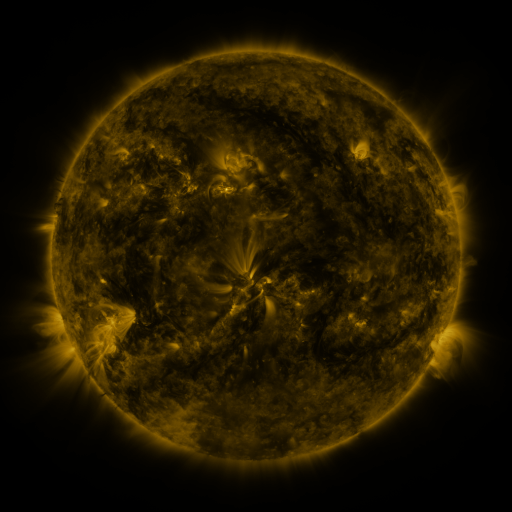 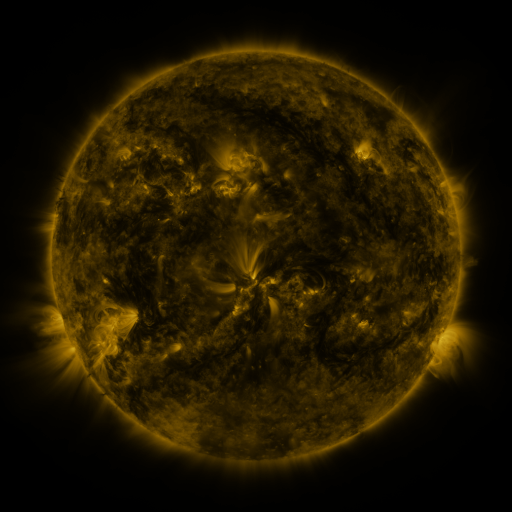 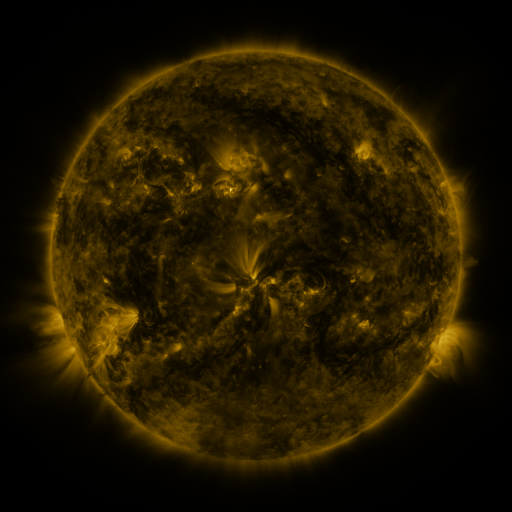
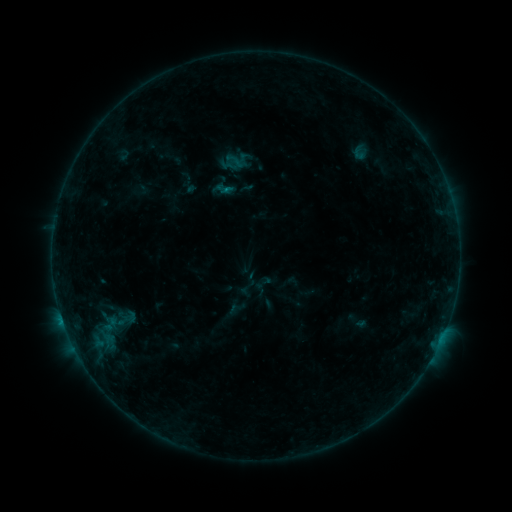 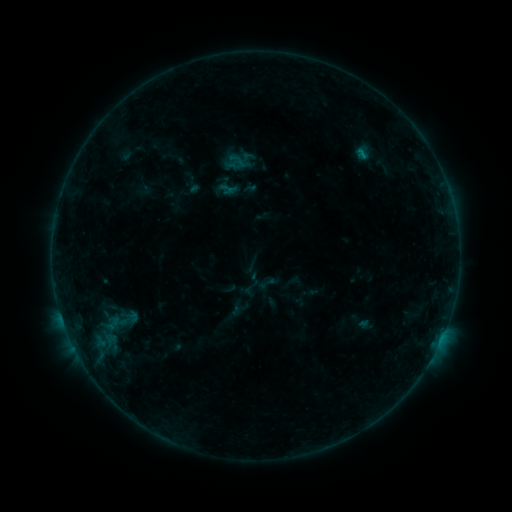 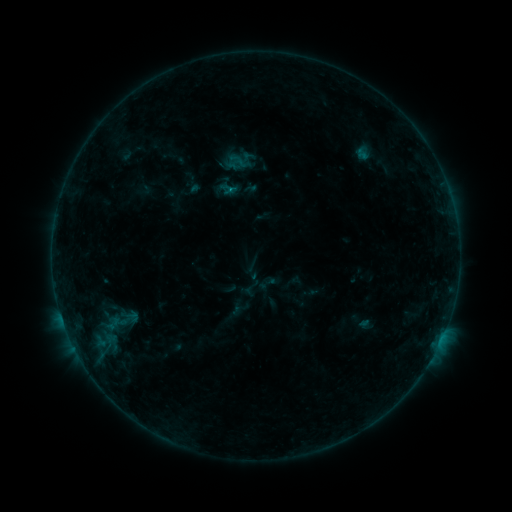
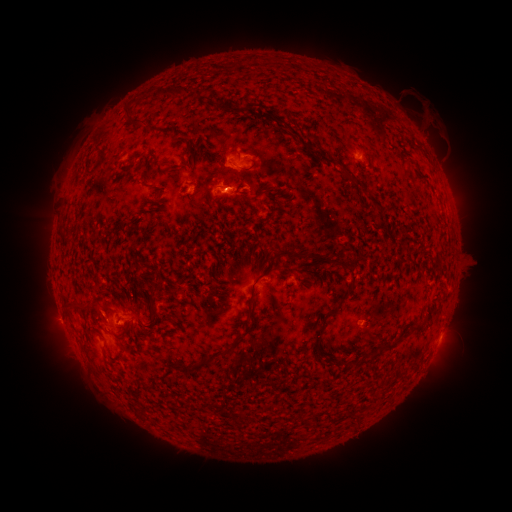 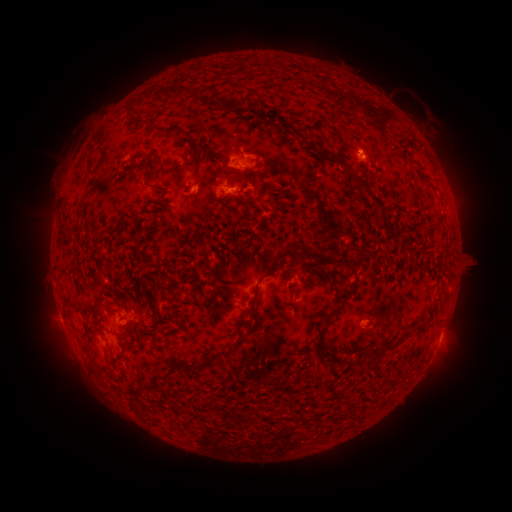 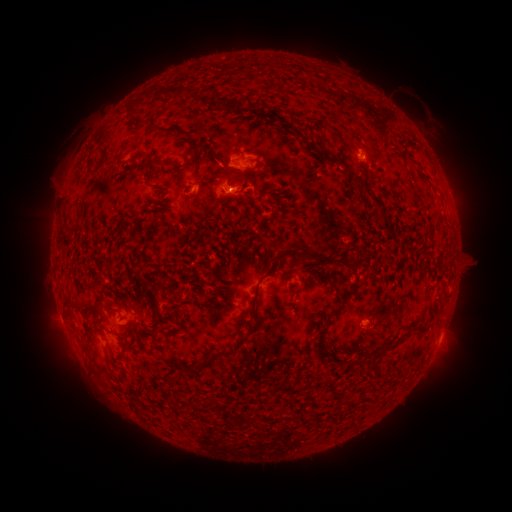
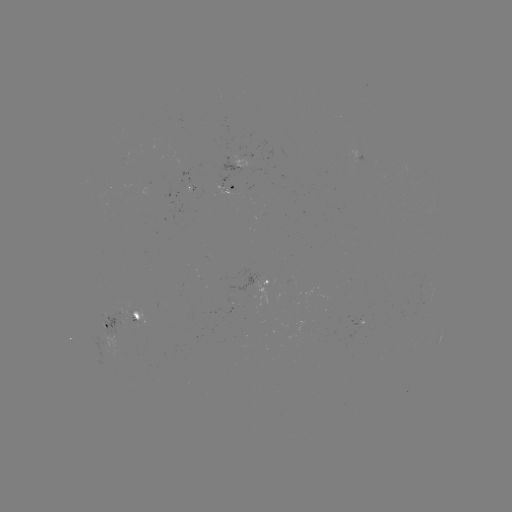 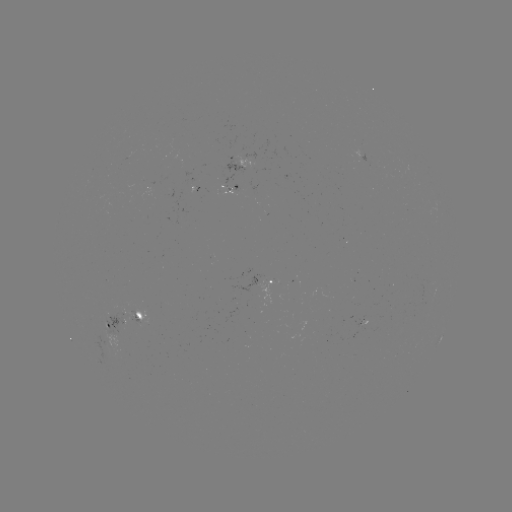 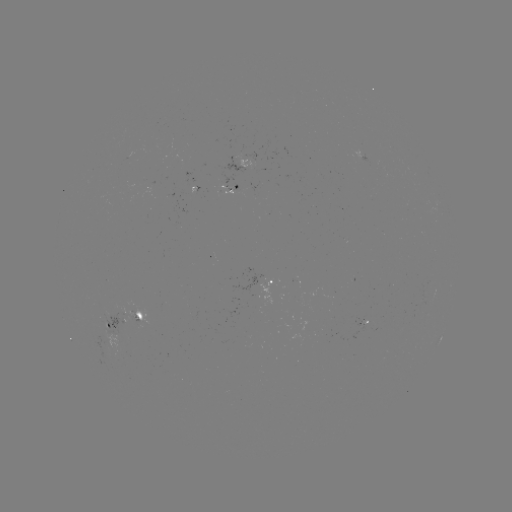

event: emerging-flux region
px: (364, 321)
